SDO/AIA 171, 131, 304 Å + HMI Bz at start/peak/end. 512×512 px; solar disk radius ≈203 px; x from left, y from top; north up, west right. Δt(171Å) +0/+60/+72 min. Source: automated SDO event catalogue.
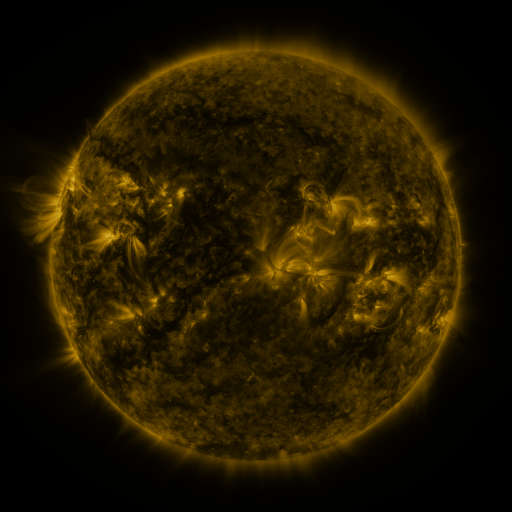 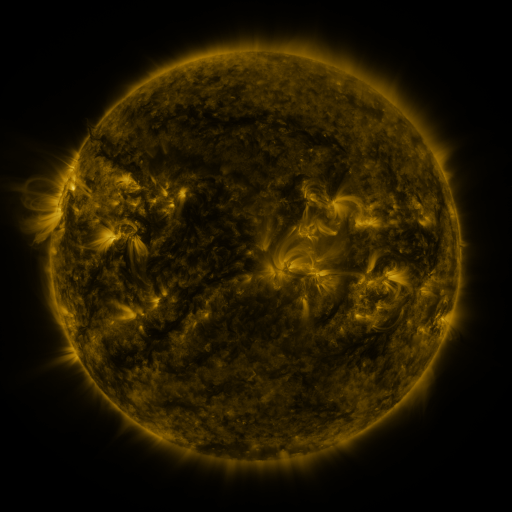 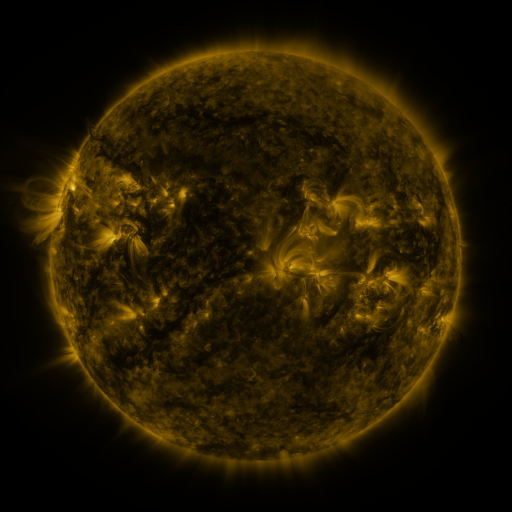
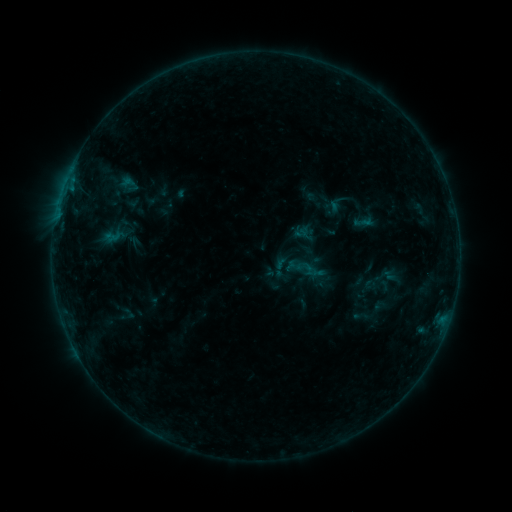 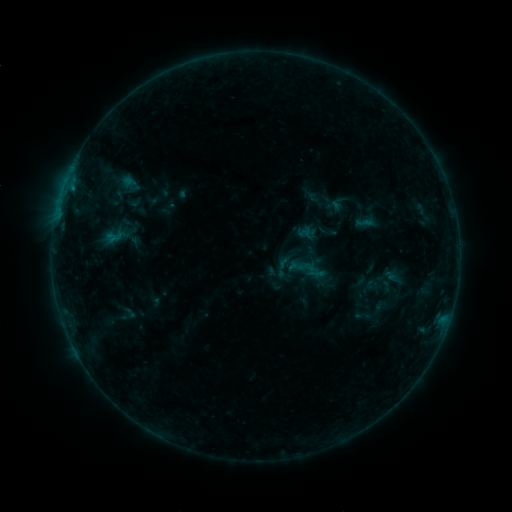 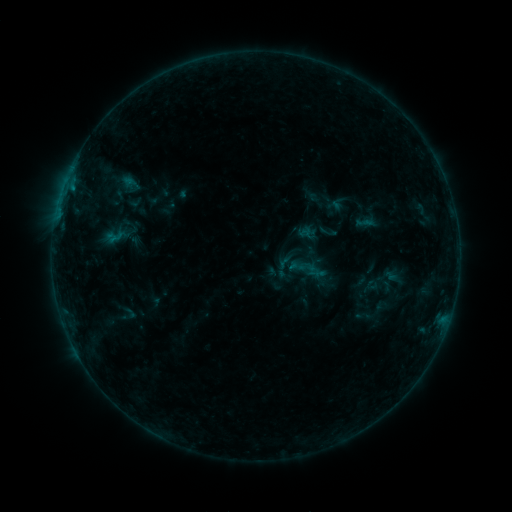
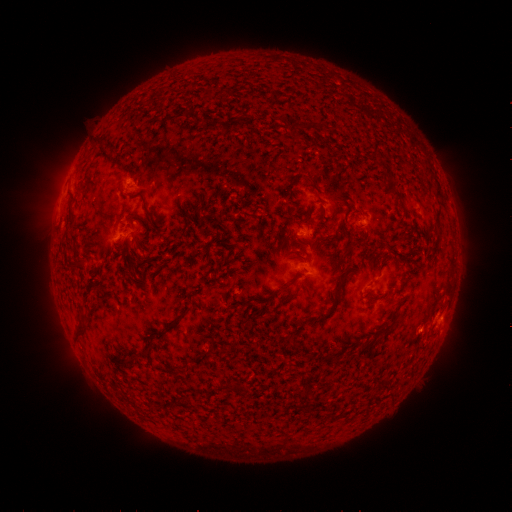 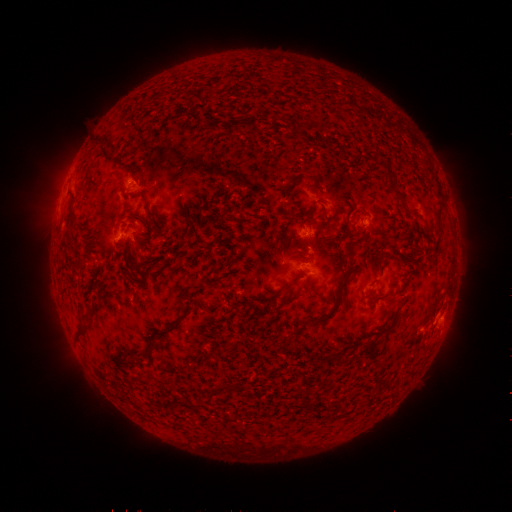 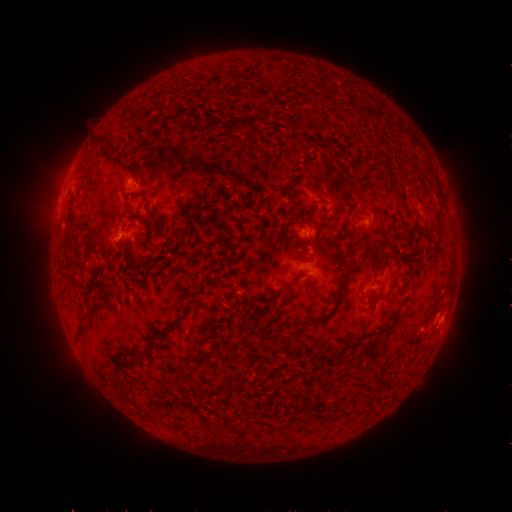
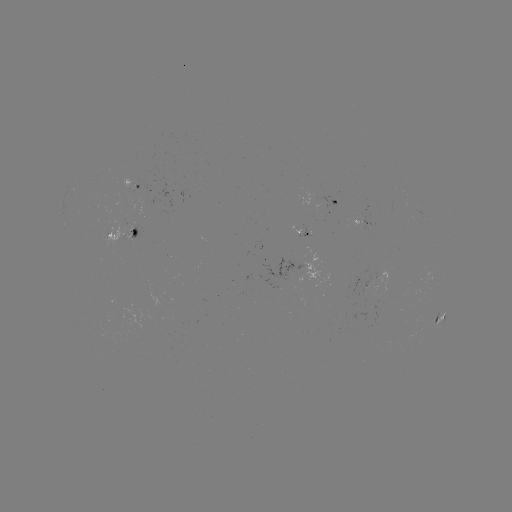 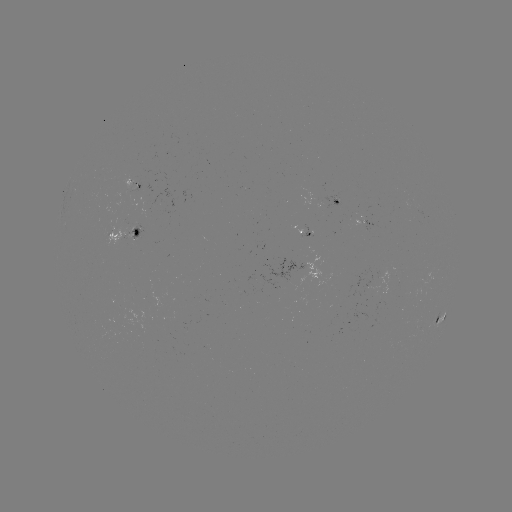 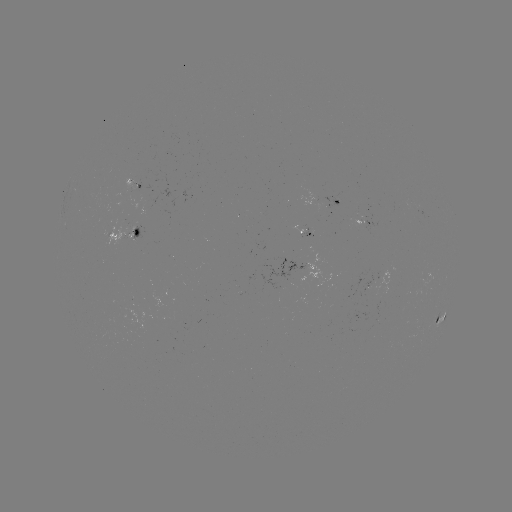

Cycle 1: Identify emerging-flux region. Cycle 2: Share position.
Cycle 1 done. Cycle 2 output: [130, 187].